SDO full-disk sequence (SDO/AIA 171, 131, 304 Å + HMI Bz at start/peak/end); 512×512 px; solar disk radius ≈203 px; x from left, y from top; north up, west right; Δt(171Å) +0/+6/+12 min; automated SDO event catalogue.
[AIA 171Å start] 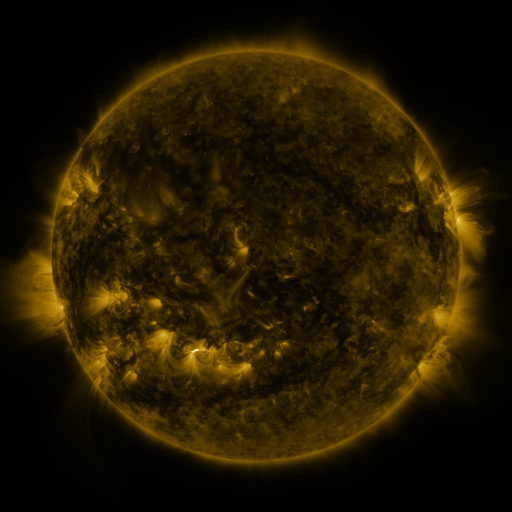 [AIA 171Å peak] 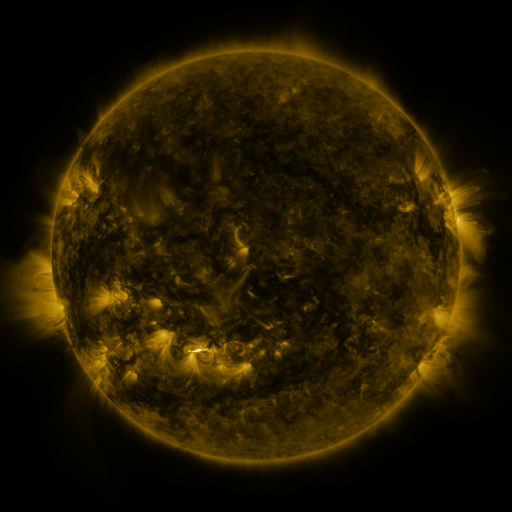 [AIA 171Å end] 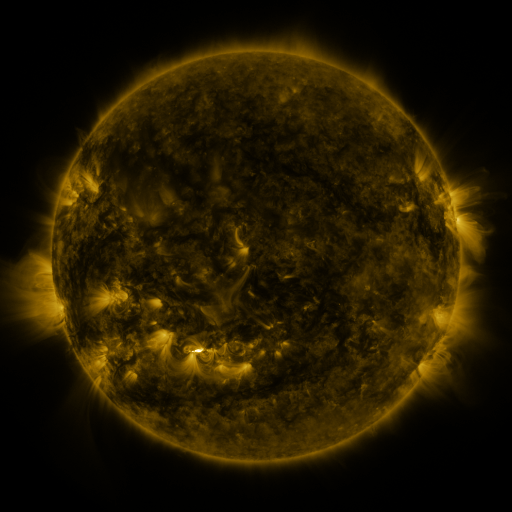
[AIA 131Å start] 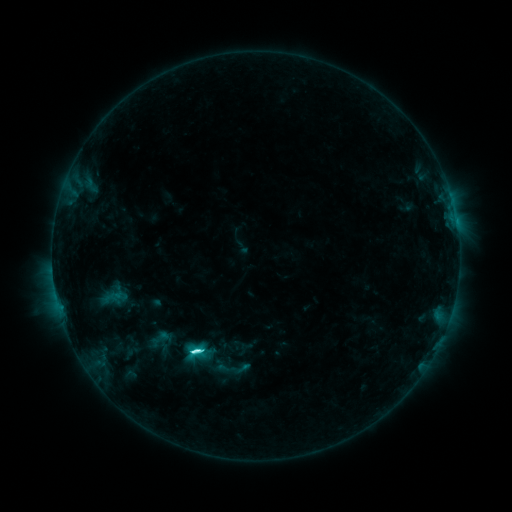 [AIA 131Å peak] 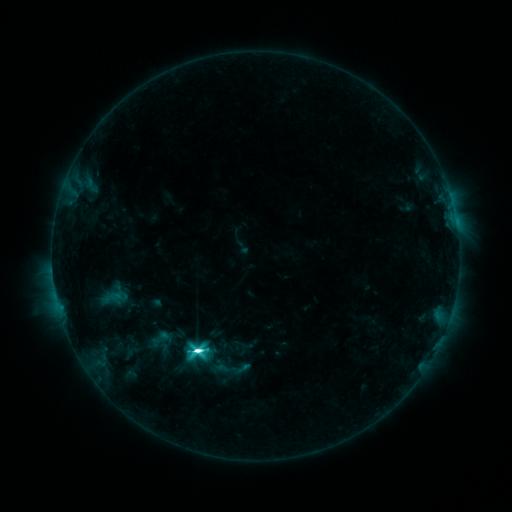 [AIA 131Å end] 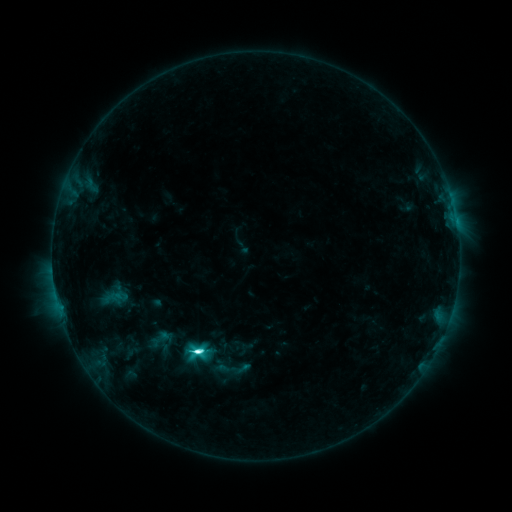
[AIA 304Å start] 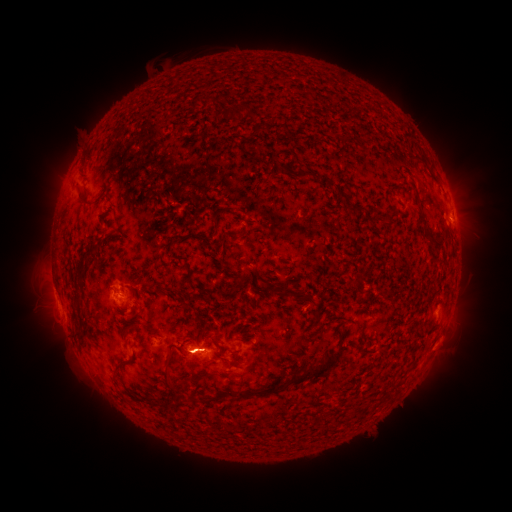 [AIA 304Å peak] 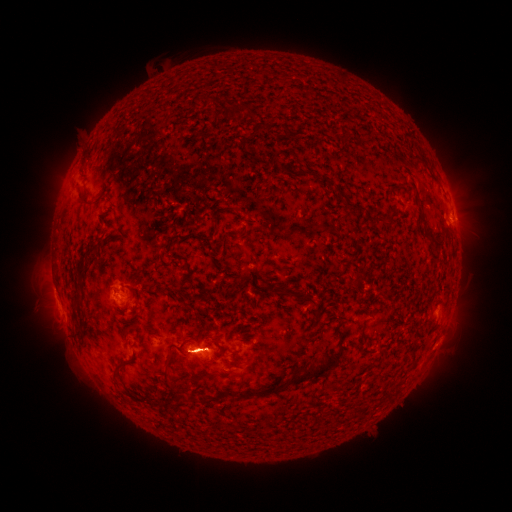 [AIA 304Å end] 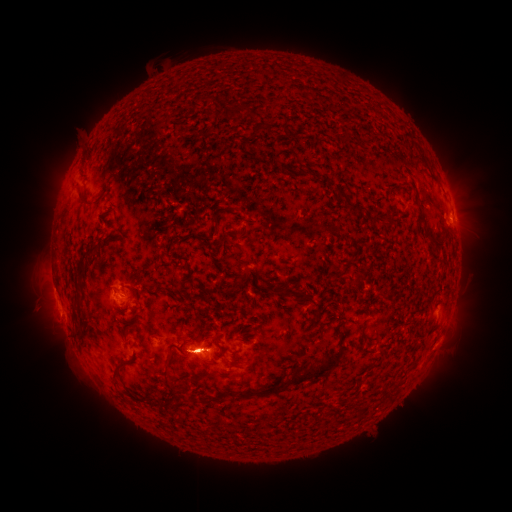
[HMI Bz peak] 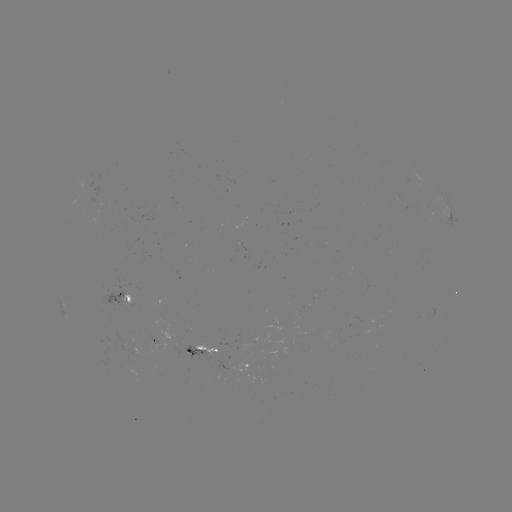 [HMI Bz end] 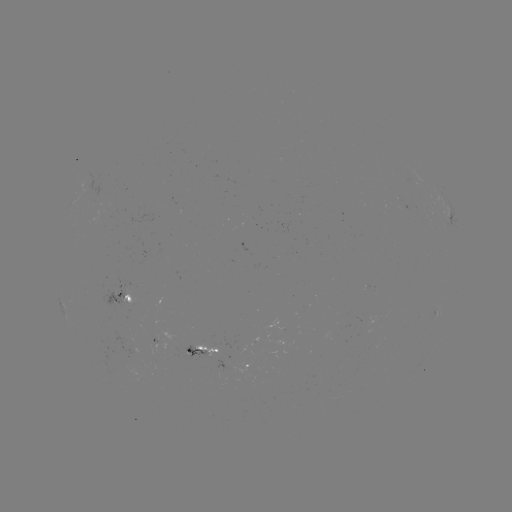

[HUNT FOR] eruption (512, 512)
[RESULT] [467, 202]